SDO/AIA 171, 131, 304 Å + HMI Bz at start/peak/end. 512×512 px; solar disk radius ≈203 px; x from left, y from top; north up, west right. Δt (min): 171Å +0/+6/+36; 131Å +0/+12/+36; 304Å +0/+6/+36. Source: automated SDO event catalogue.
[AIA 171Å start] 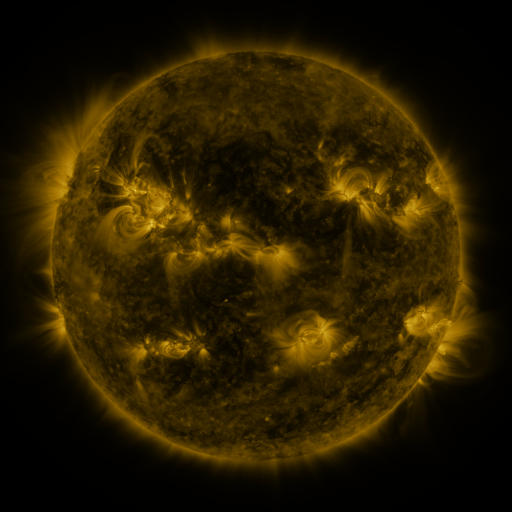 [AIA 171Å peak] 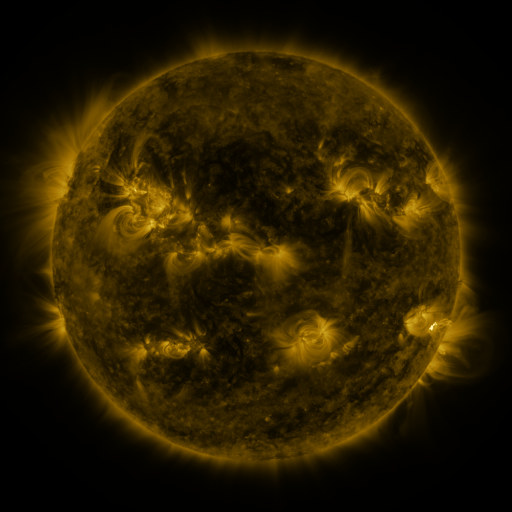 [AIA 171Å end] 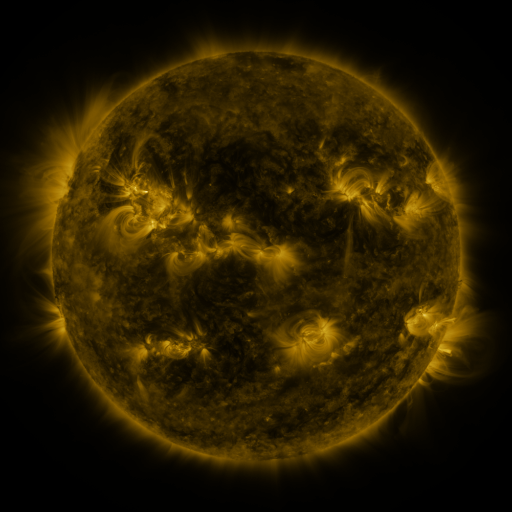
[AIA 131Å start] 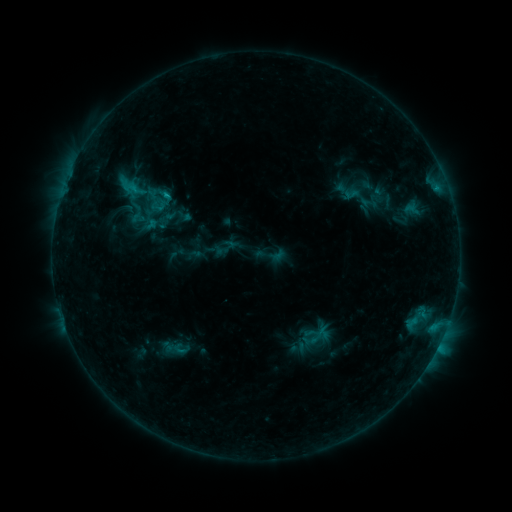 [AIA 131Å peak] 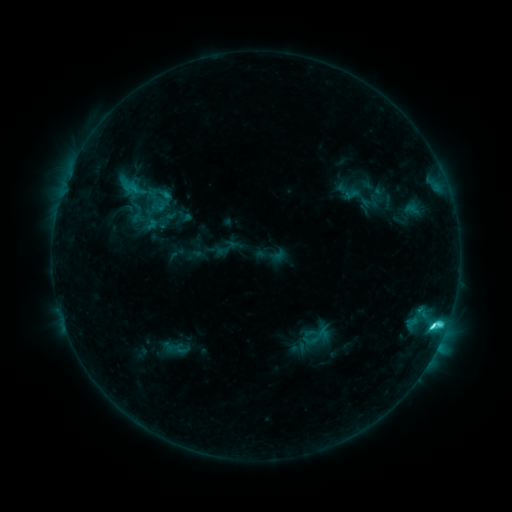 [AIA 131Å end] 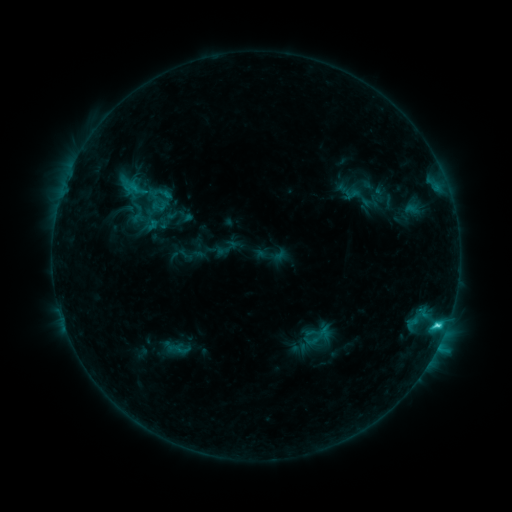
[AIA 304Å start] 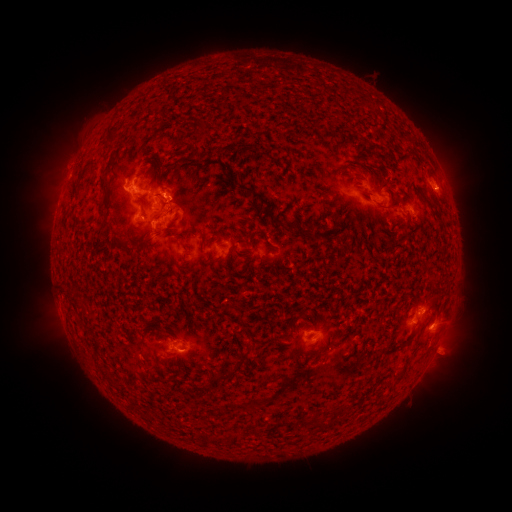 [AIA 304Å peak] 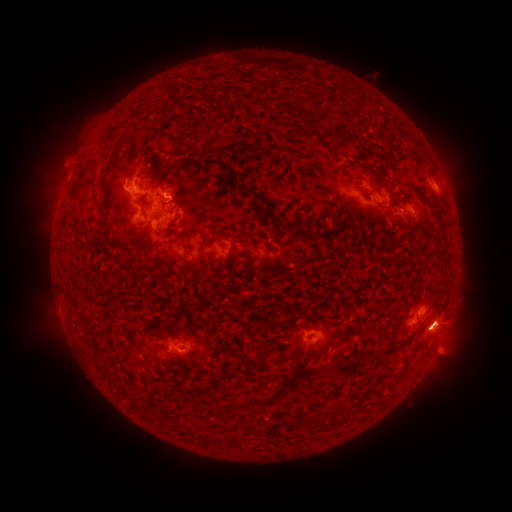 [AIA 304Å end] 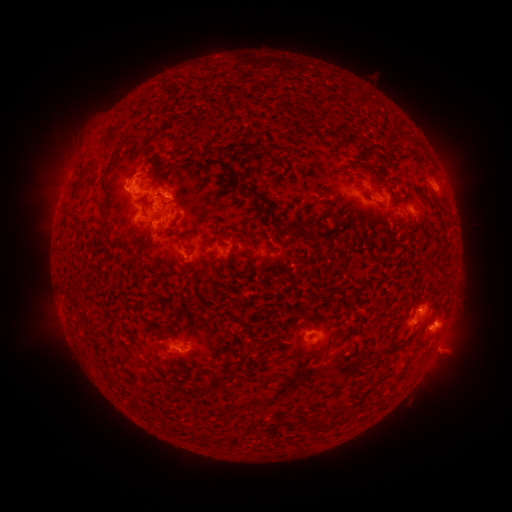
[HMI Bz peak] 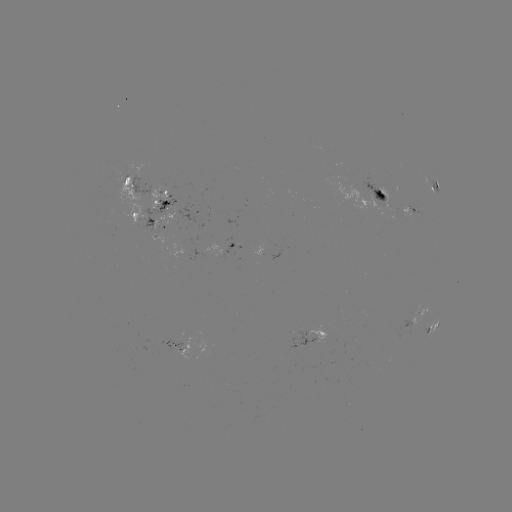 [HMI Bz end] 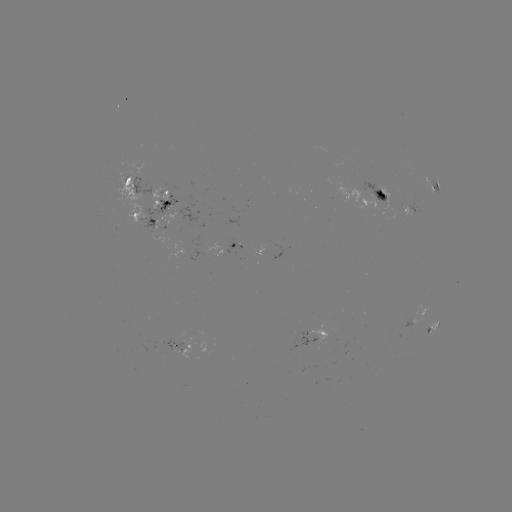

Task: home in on C4.7 flare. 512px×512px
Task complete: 430,325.